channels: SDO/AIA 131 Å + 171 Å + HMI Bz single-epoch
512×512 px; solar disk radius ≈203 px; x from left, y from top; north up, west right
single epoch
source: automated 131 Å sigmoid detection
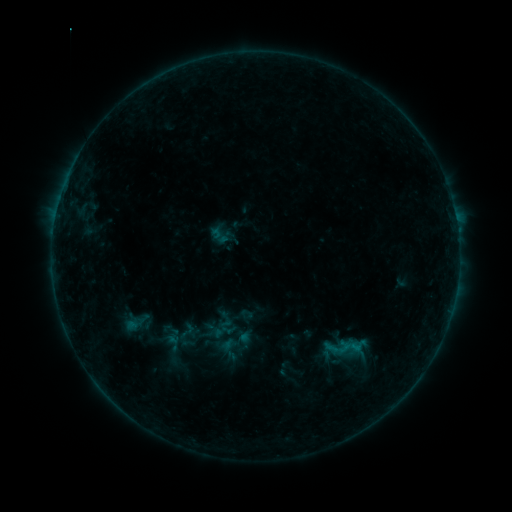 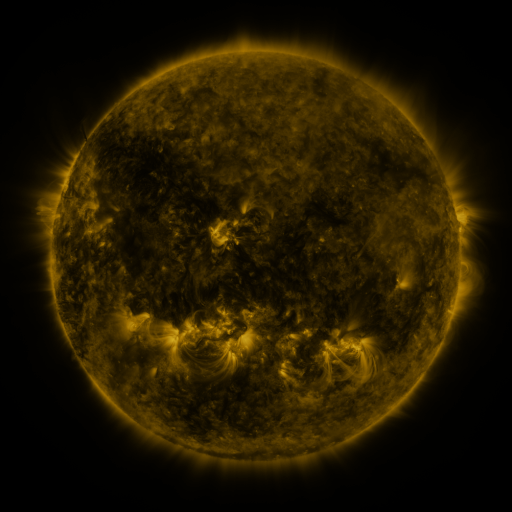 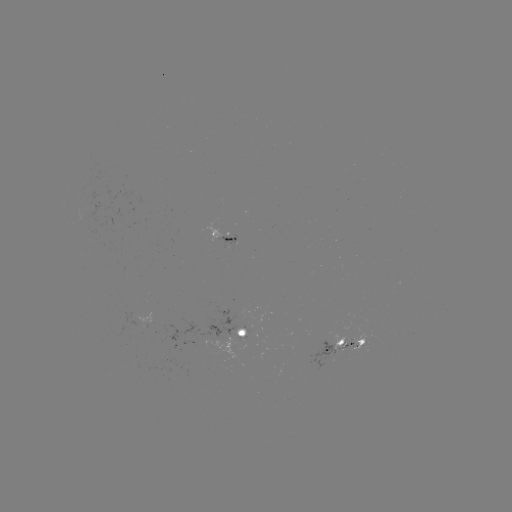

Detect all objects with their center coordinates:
sigmoid: (187, 331)
sigmoid: (222, 341)
